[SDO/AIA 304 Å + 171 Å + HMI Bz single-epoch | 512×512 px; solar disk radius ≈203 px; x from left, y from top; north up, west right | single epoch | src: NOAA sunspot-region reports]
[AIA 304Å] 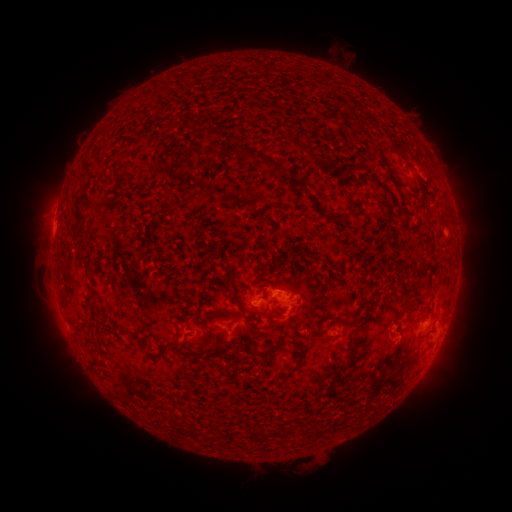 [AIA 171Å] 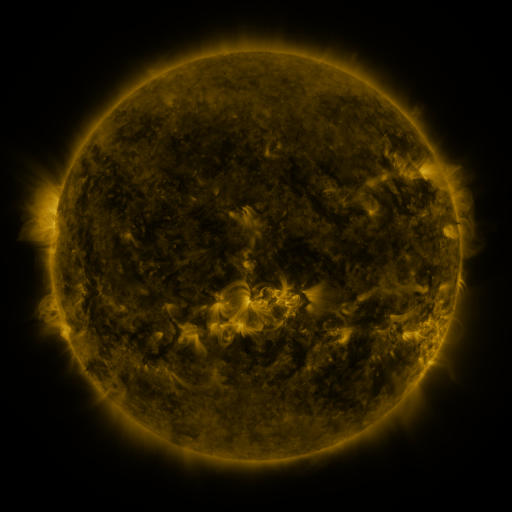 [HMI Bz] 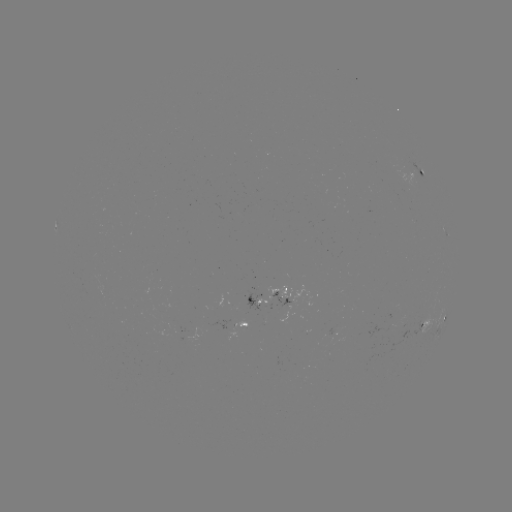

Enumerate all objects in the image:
spotted active region: (423, 172)
spotted active region: (277, 294)
spotted active region: (428, 321)
spotted active region: (442, 323)
spotted active region: (249, 325)
